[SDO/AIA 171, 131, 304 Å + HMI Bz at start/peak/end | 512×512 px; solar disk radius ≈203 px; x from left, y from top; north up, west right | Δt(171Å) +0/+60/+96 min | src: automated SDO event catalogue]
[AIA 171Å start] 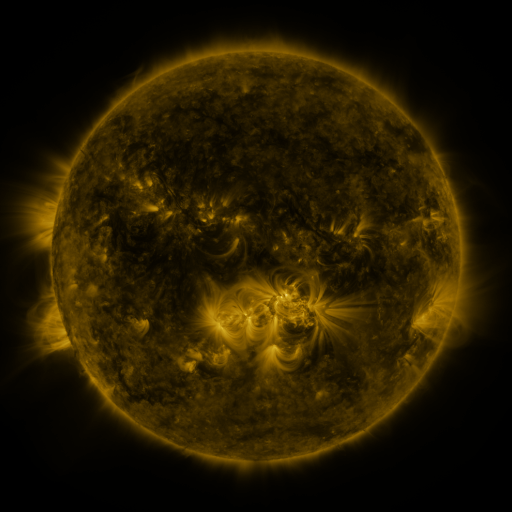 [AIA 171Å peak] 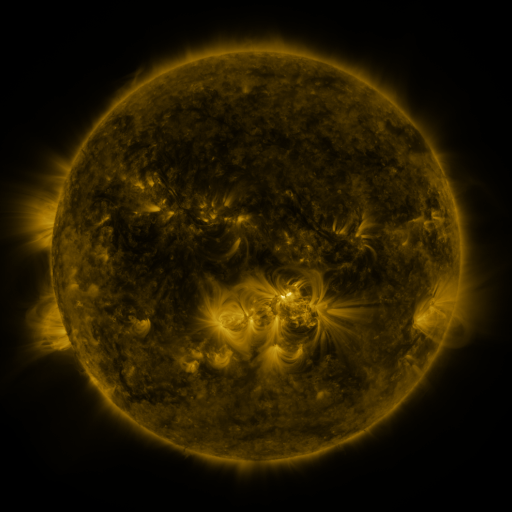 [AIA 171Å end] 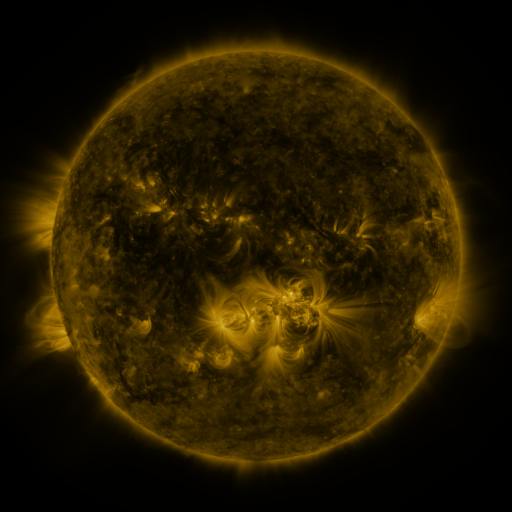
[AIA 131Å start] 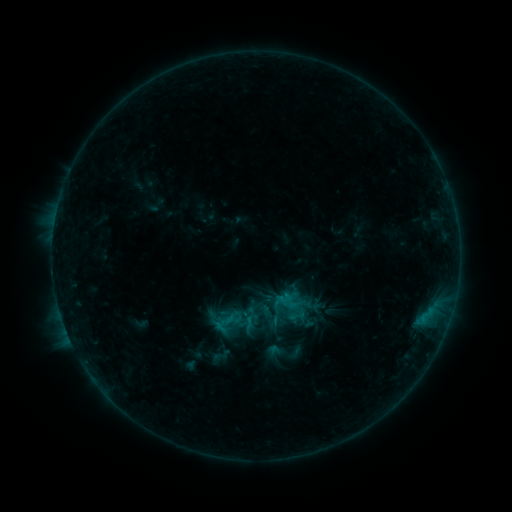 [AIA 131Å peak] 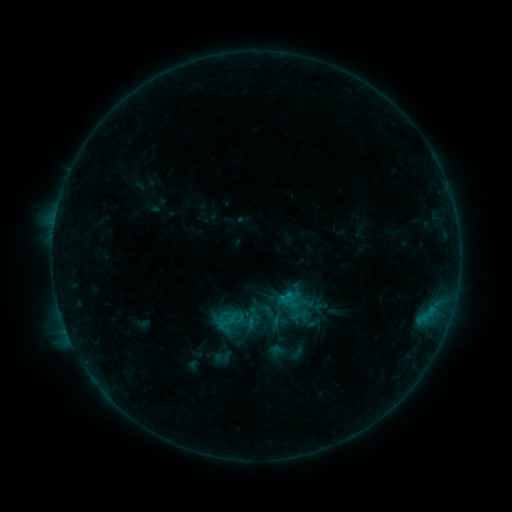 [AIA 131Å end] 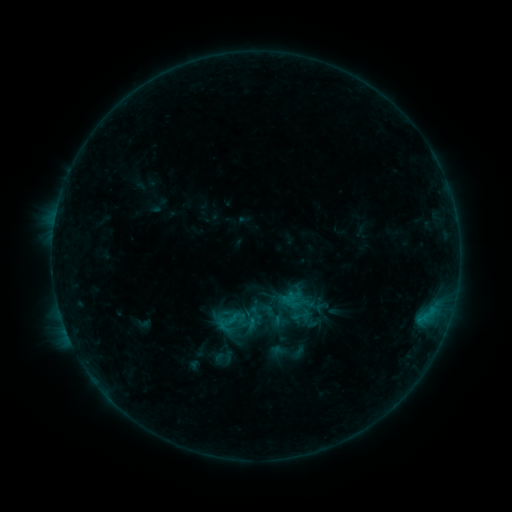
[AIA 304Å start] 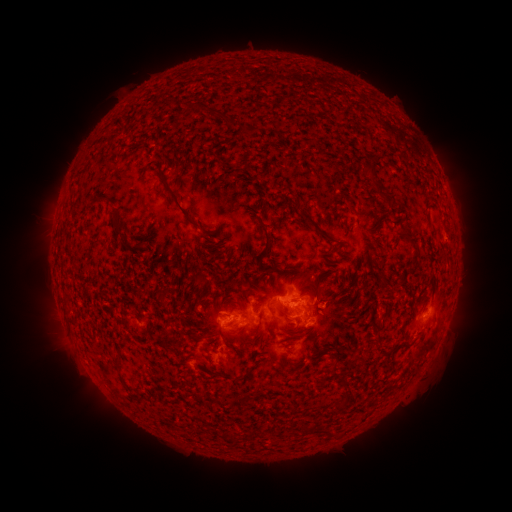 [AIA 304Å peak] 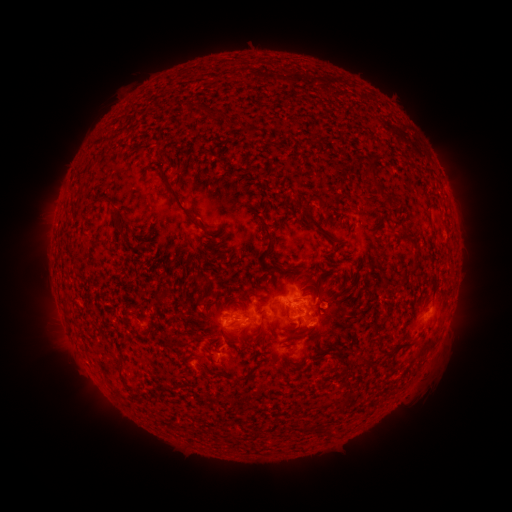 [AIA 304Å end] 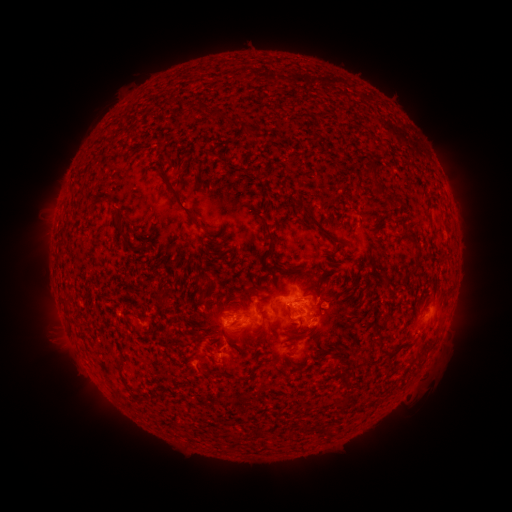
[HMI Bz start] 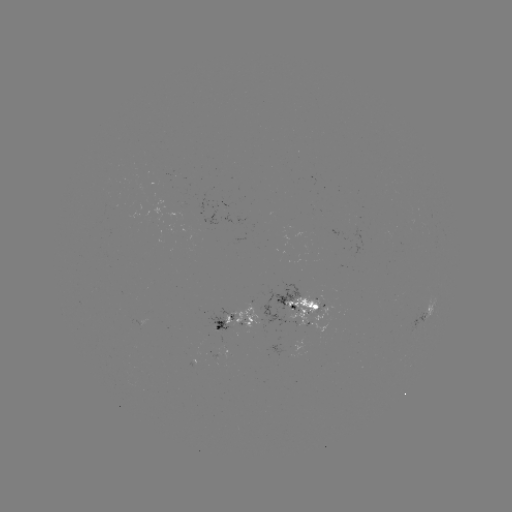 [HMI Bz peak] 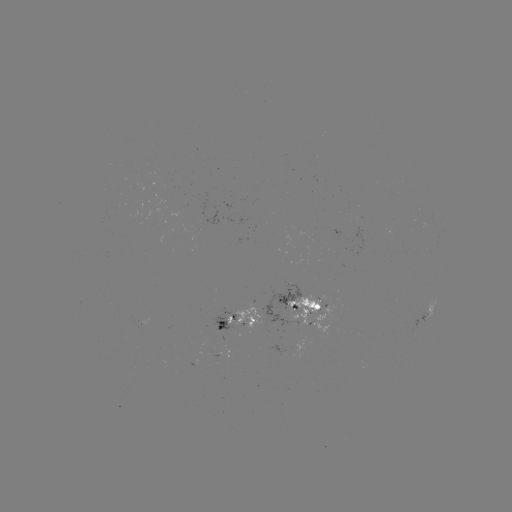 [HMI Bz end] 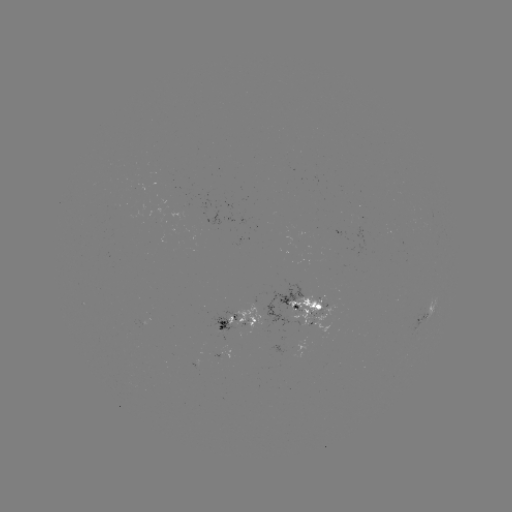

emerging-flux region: [232, 301, 260, 327]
